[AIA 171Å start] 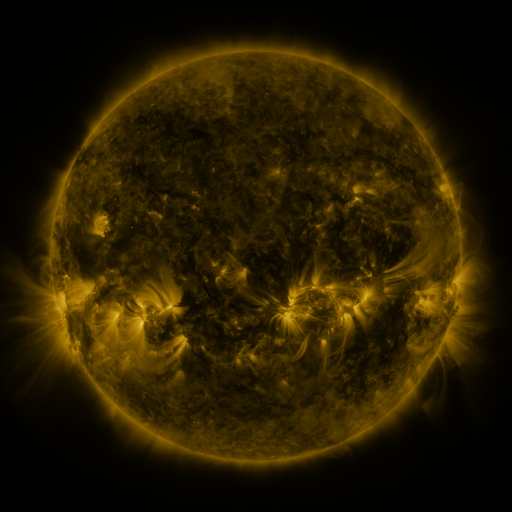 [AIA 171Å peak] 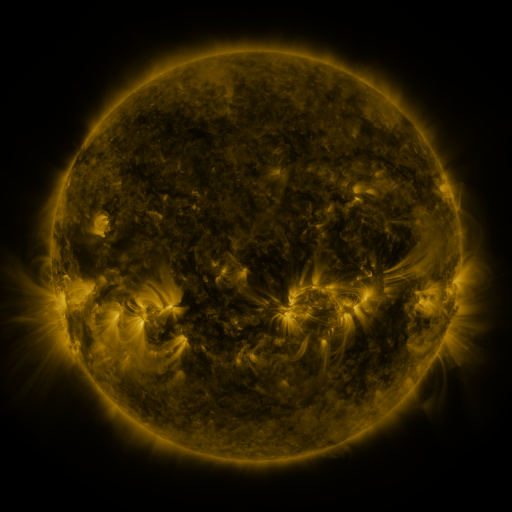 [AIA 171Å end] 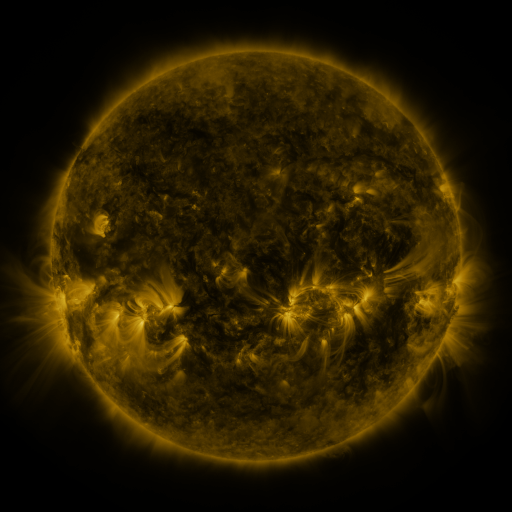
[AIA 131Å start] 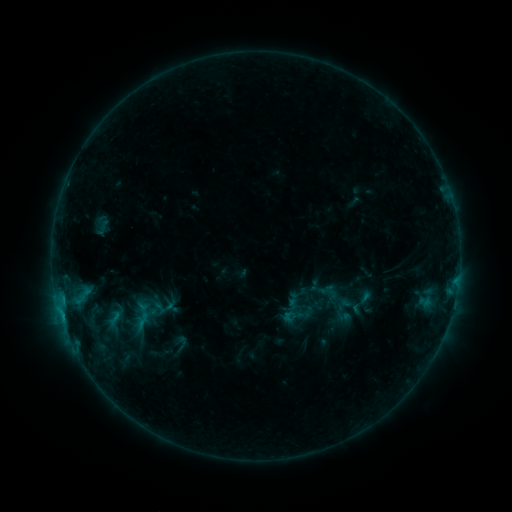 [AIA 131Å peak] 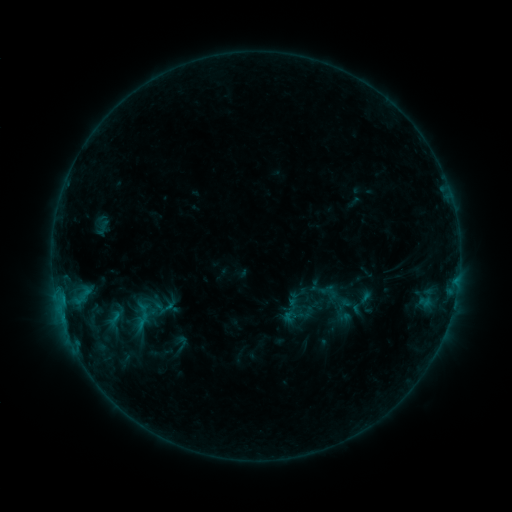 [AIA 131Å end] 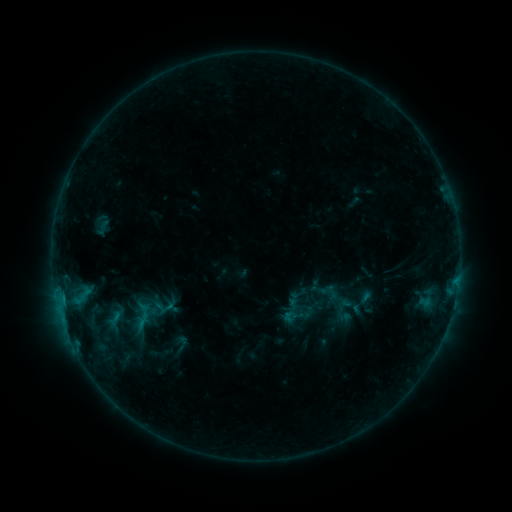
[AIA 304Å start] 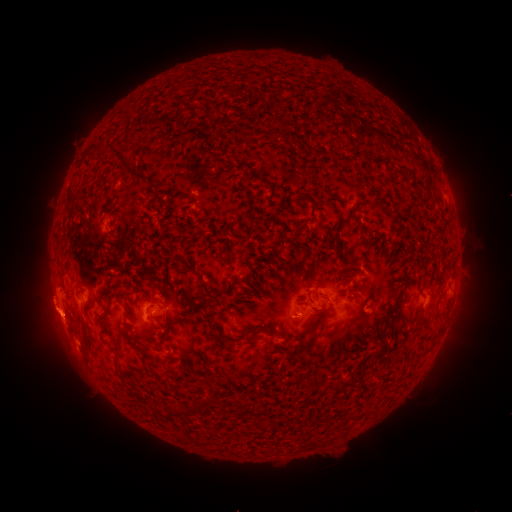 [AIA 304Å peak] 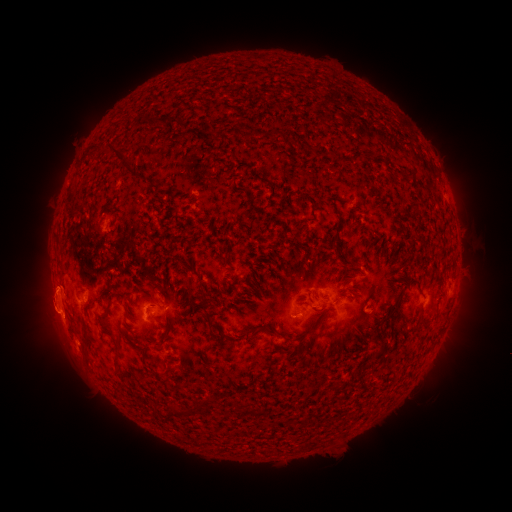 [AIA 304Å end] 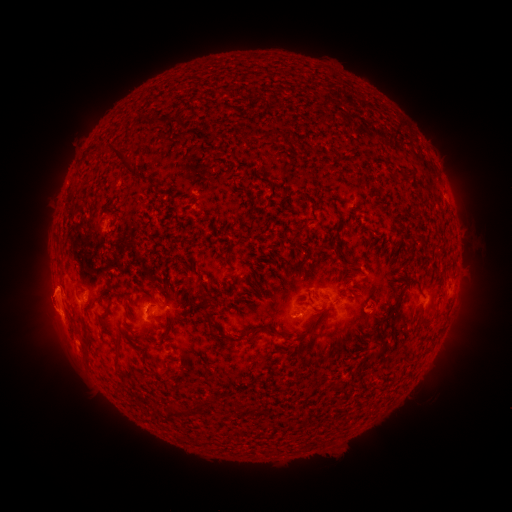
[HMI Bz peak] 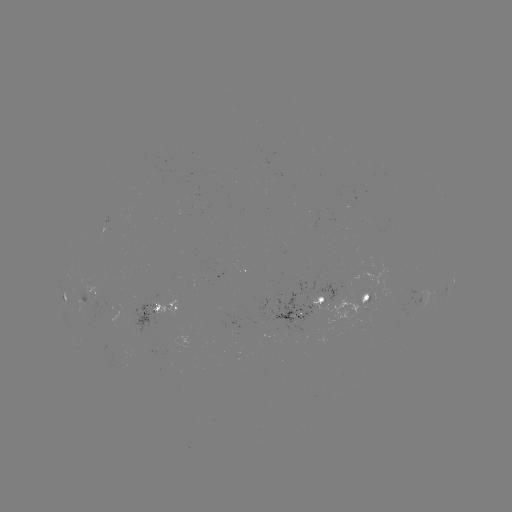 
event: eruption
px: (47, 306)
